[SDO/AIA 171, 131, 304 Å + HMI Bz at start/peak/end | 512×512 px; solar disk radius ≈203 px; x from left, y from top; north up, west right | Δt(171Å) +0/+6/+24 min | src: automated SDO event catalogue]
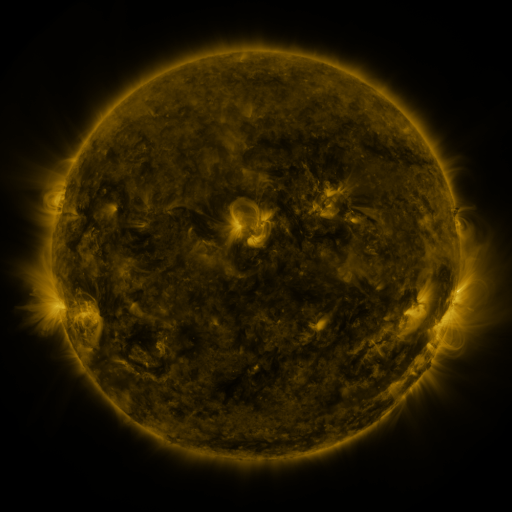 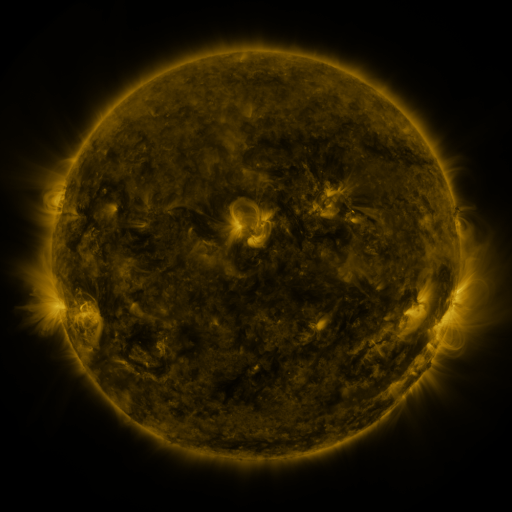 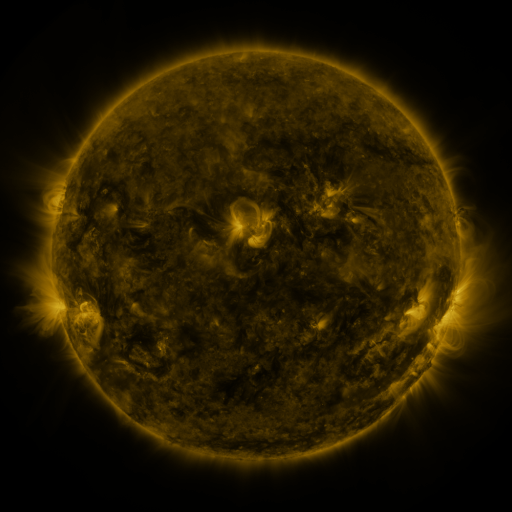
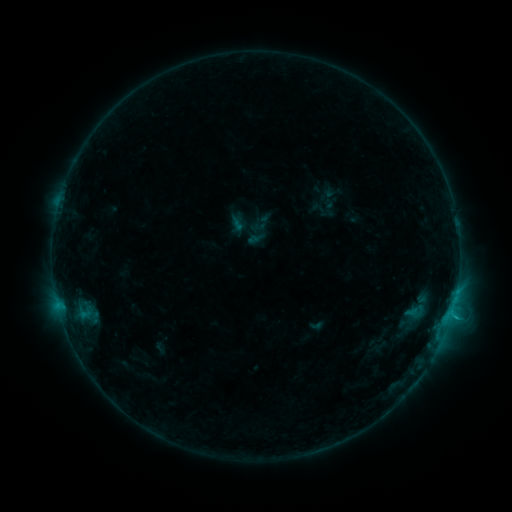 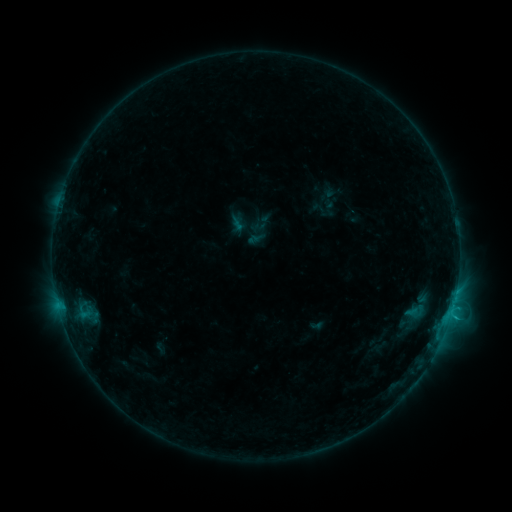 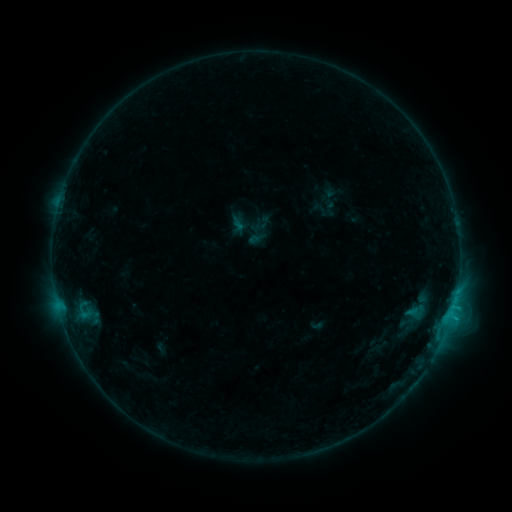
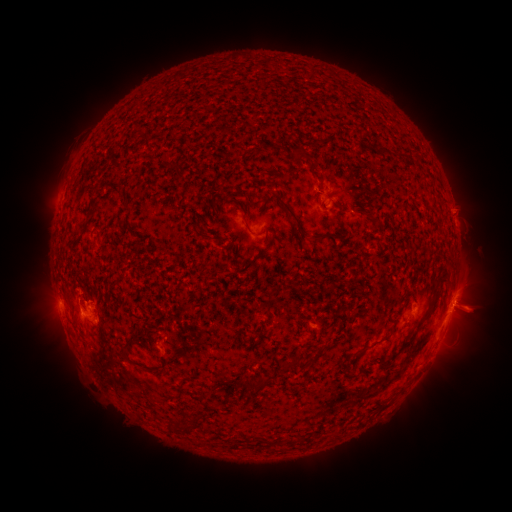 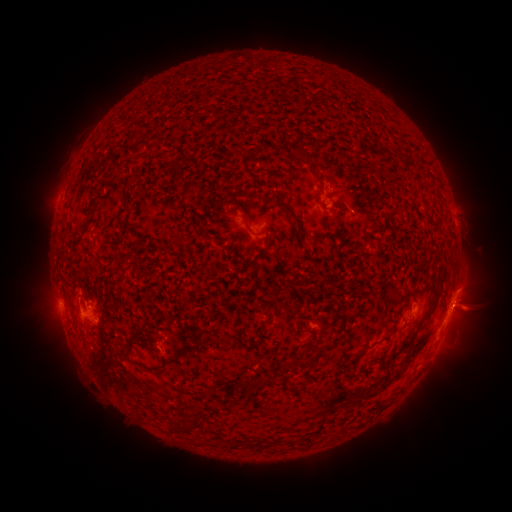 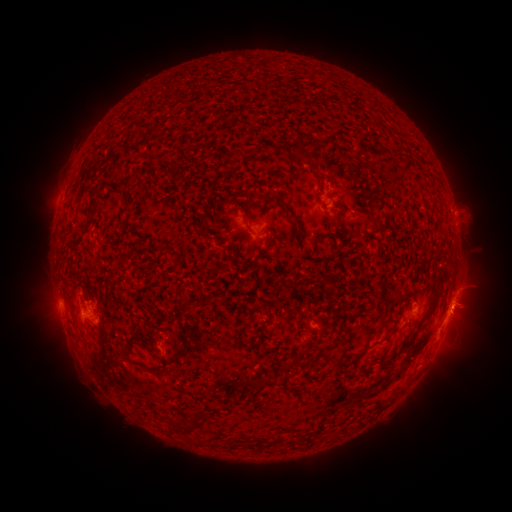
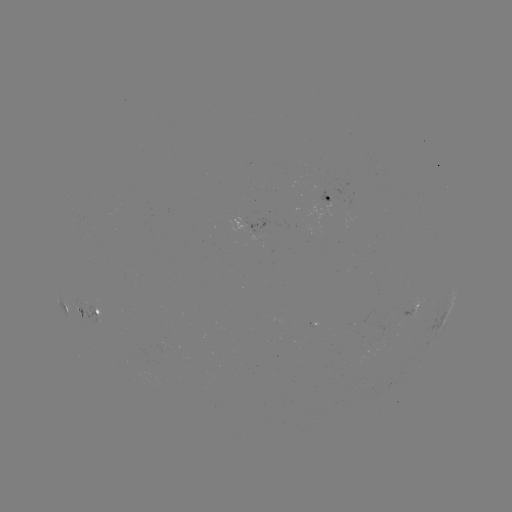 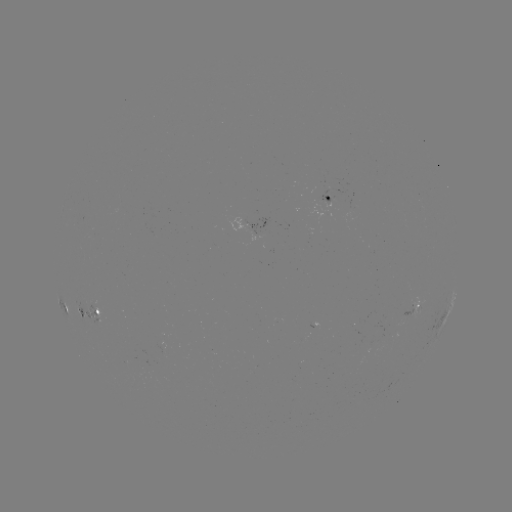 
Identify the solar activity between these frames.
eruption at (467, 288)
